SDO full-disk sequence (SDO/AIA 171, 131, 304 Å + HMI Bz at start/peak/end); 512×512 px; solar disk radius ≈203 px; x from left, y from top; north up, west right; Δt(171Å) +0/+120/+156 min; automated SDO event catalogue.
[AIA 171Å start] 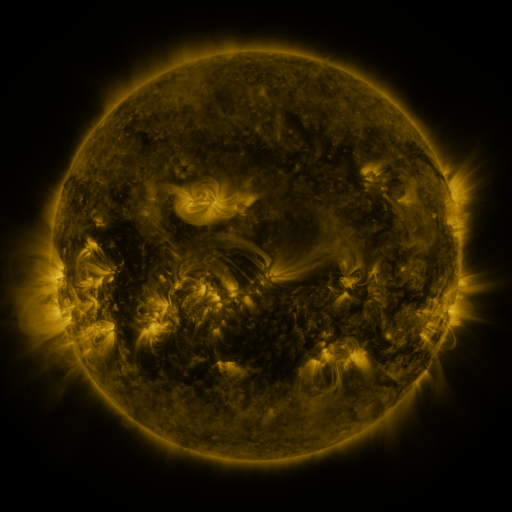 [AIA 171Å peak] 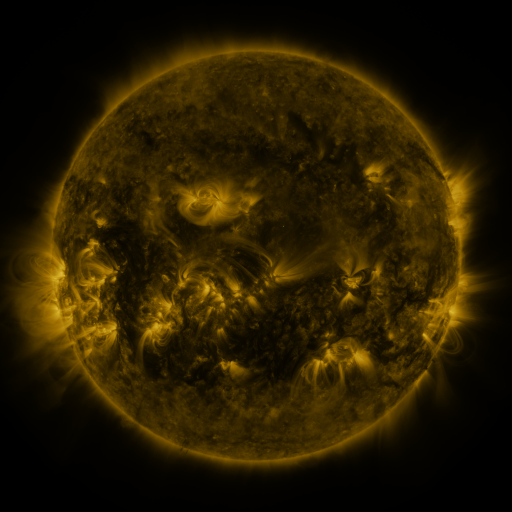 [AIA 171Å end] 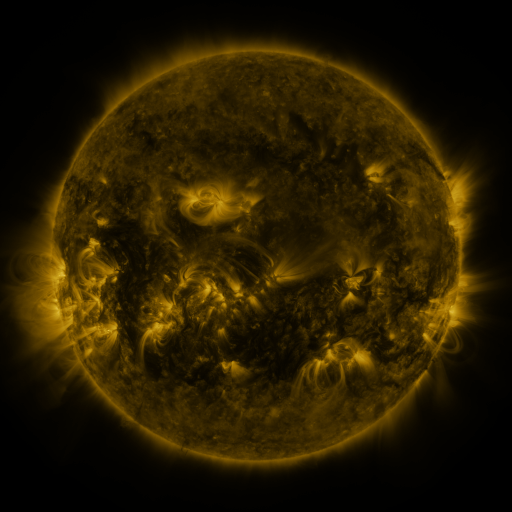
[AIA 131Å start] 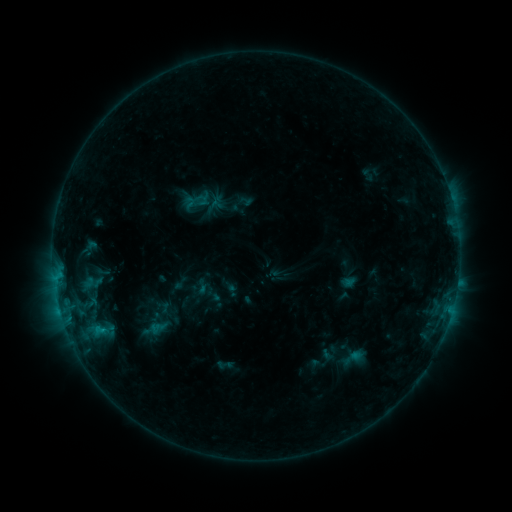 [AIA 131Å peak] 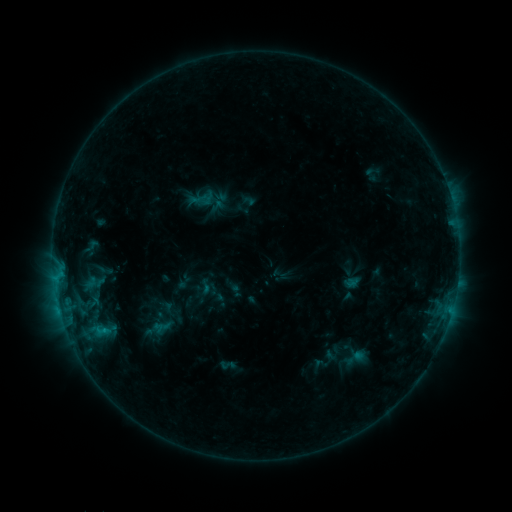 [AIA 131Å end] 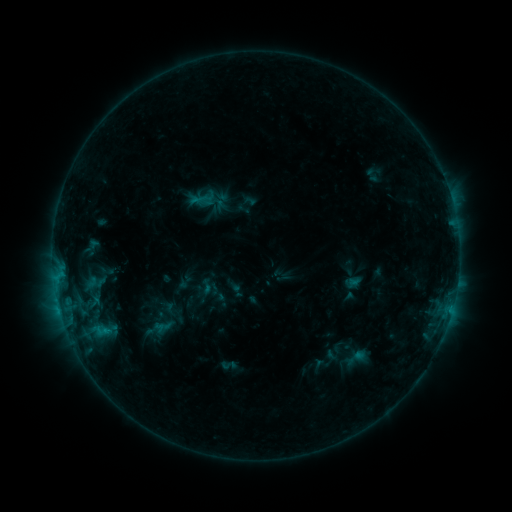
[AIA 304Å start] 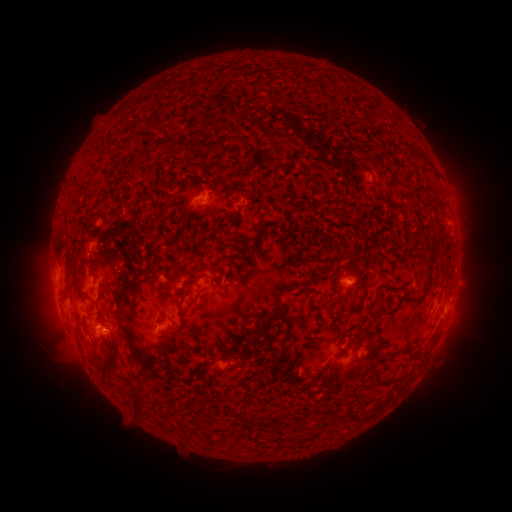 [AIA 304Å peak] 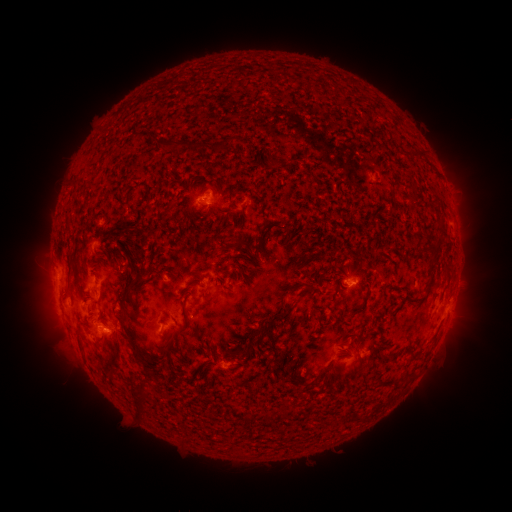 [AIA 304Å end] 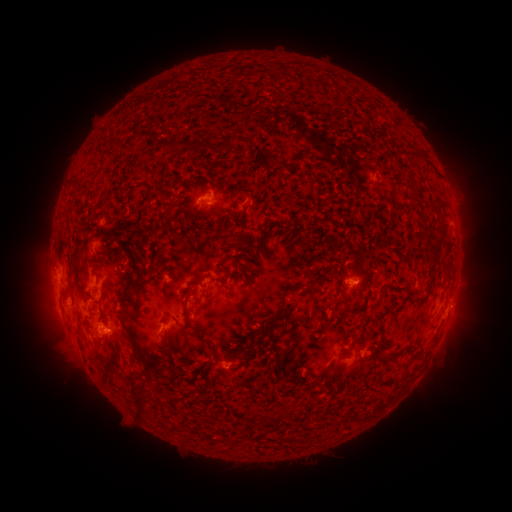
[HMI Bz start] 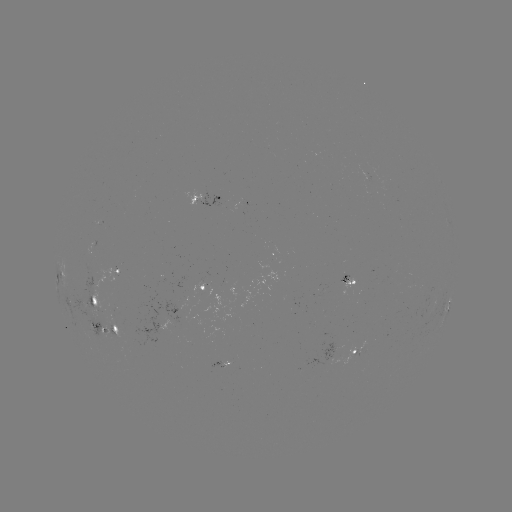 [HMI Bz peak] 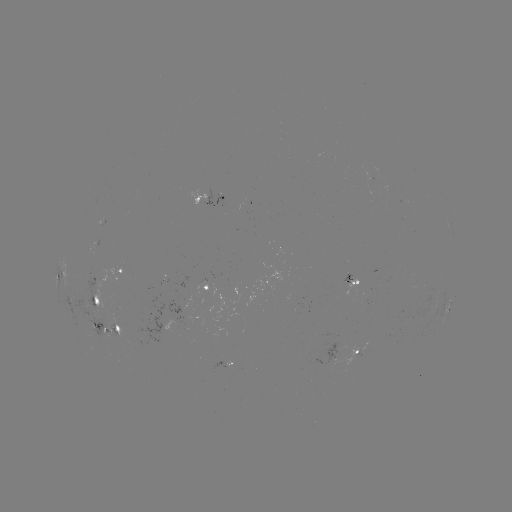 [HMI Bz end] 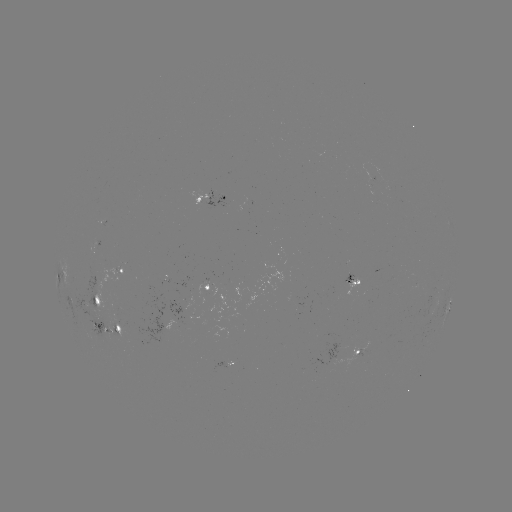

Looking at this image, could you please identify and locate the emerging-flux region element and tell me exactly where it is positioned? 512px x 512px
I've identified emerging-flux region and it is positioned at [96, 314].